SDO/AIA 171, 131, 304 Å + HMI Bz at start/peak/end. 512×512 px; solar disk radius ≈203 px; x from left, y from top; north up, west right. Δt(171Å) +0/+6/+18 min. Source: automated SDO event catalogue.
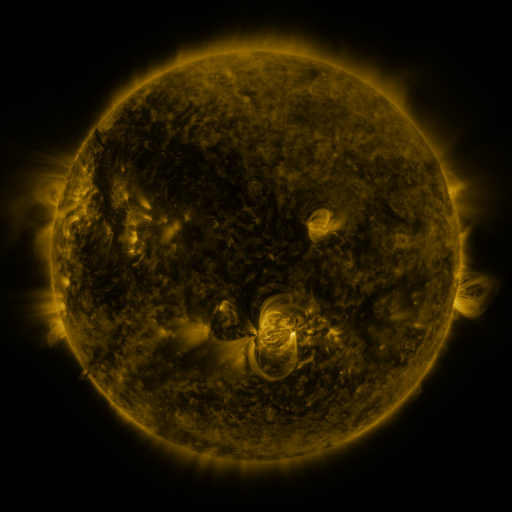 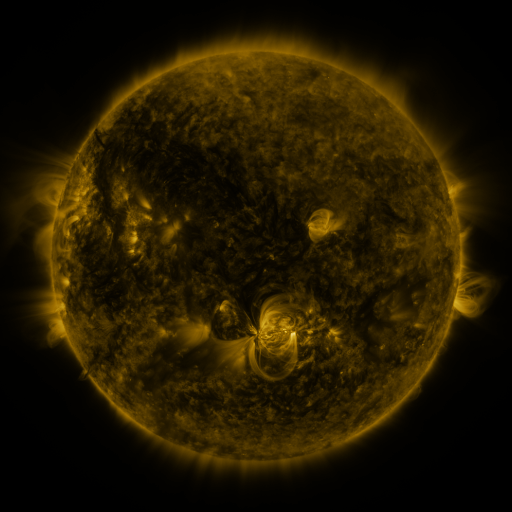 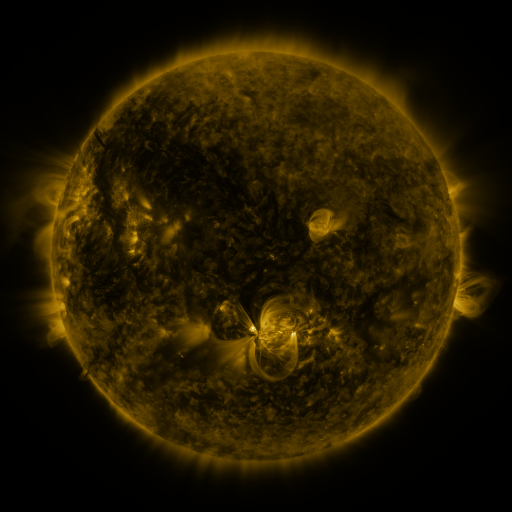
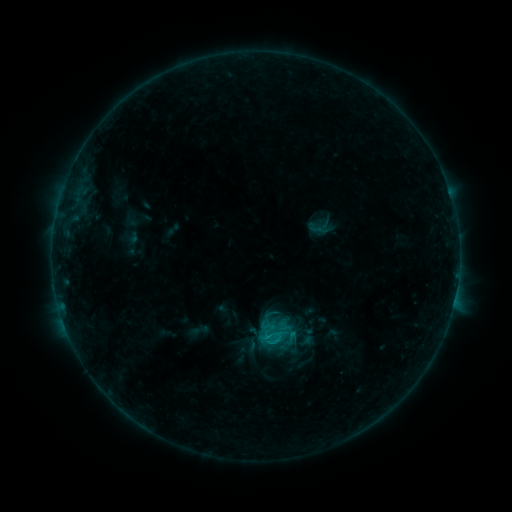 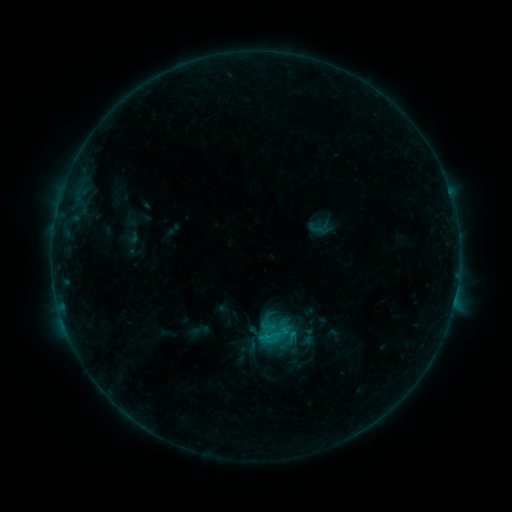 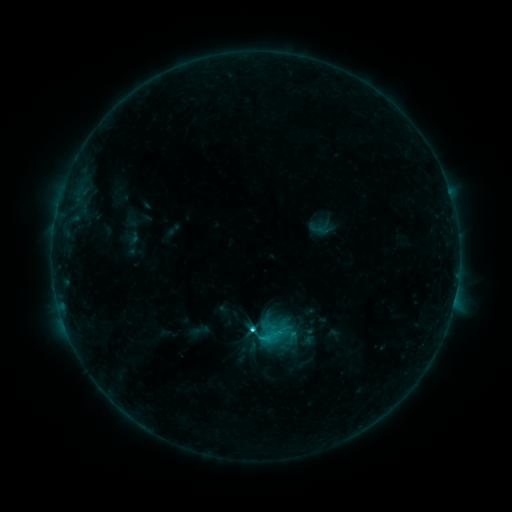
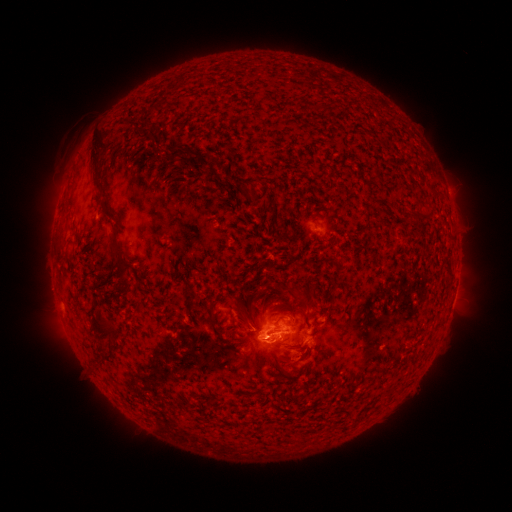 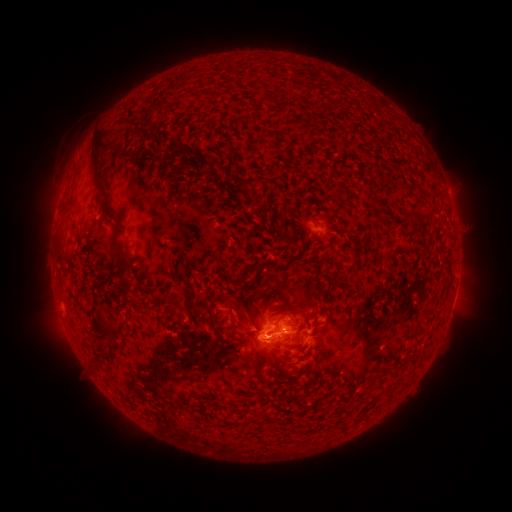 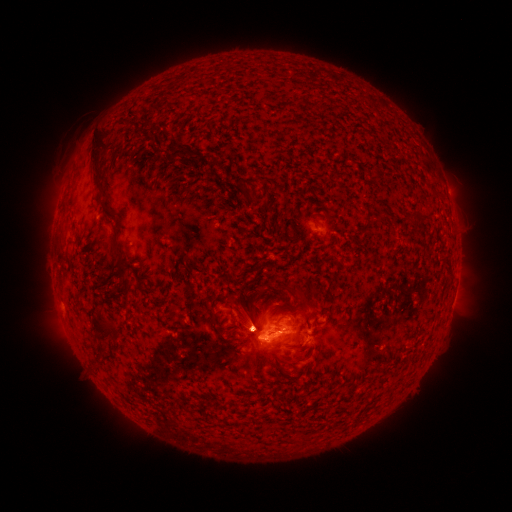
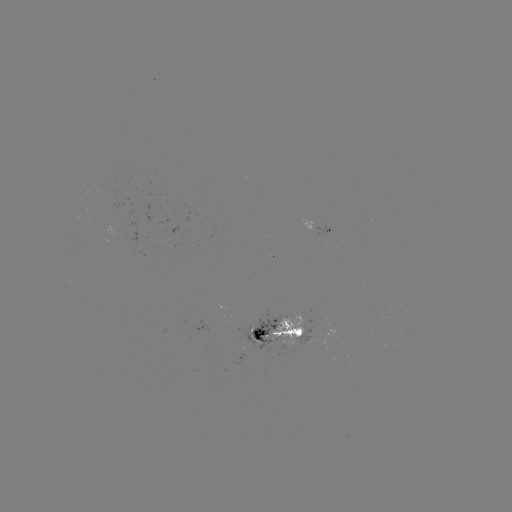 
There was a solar flare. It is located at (259, 335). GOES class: C3.2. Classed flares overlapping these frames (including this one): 1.